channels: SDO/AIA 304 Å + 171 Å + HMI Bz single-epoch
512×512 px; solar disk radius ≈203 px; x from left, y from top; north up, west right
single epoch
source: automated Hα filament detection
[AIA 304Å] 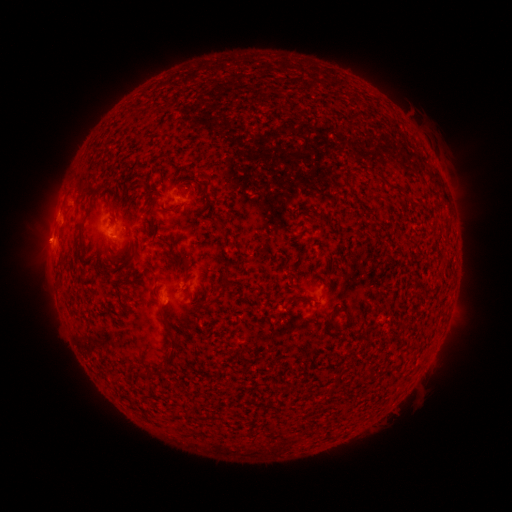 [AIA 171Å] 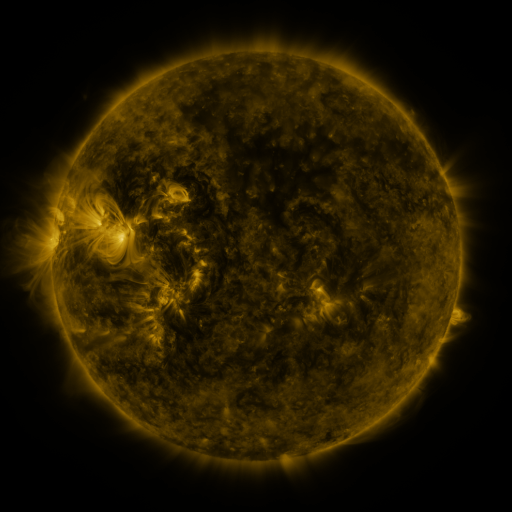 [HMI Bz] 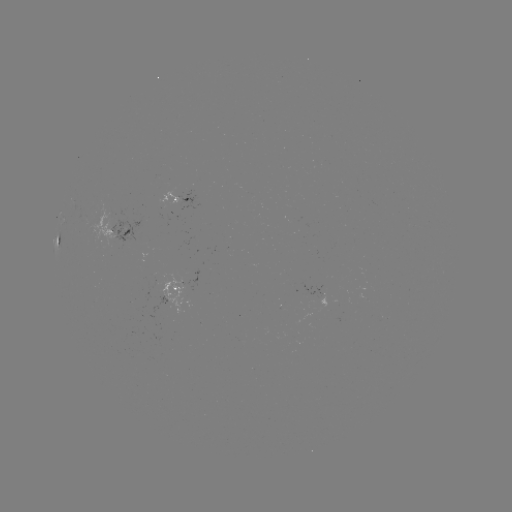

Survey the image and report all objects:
filament: <bbox>203, 192, 211, 202</bbox>
filament: <bbox>166, 206, 176, 211</bbox>
filament: <bbox>443, 218, 451, 230</bbox>
filament: <bbox>77, 225, 84, 247</bbox>
filament: <bbox>181, 255, 192, 280</bbox>
filament: <bbox>142, 264, 159, 282</bbox>
filament: <bbox>222, 274, 236, 289</bbox>
filament: <bbox>157, 306, 167, 319</bbox>
filament: <bbox>325, 306, 337, 331</bbox>
filament: <bbox>169, 335, 179, 355</bbox>
